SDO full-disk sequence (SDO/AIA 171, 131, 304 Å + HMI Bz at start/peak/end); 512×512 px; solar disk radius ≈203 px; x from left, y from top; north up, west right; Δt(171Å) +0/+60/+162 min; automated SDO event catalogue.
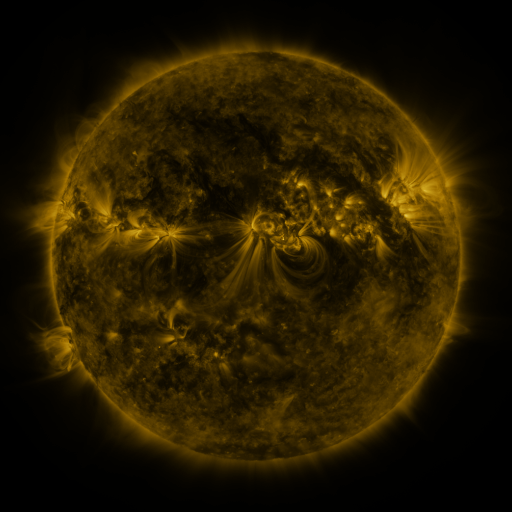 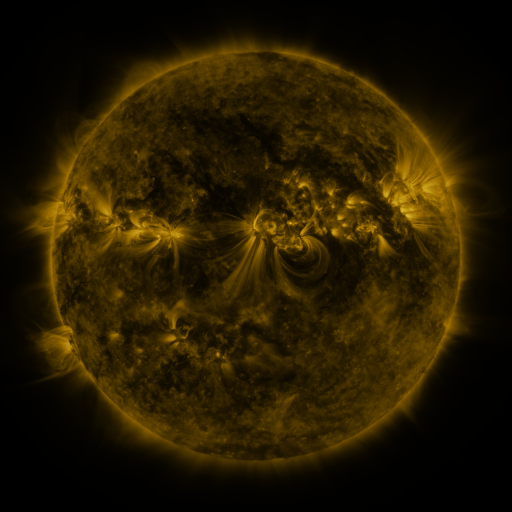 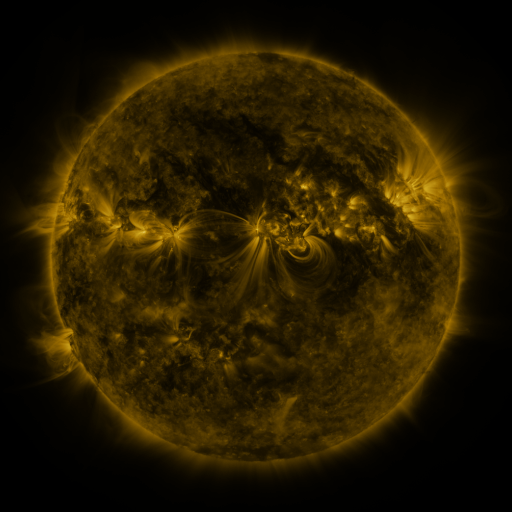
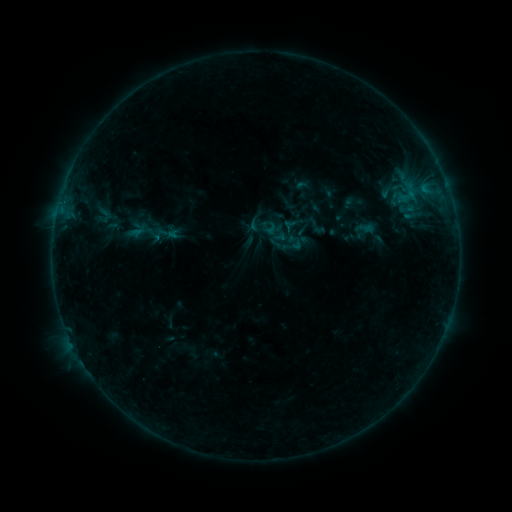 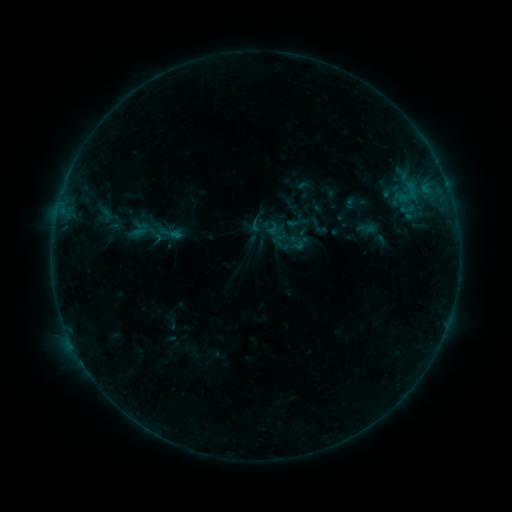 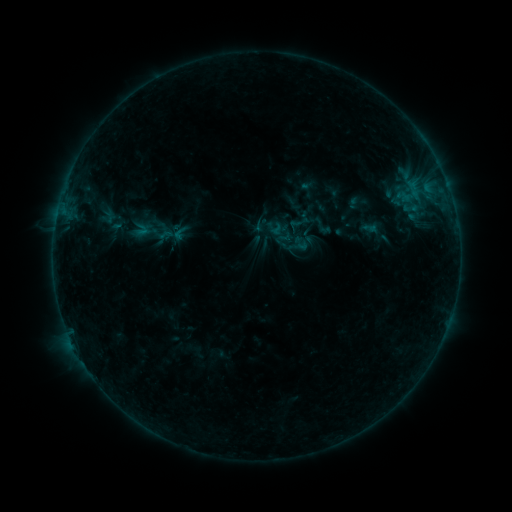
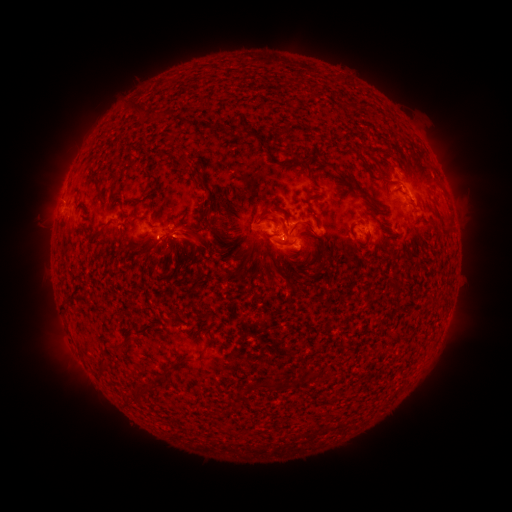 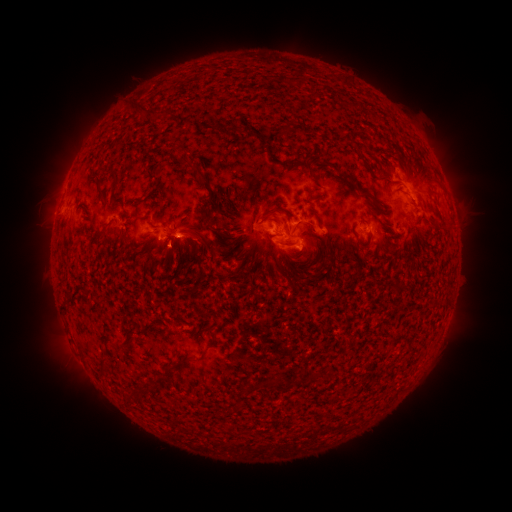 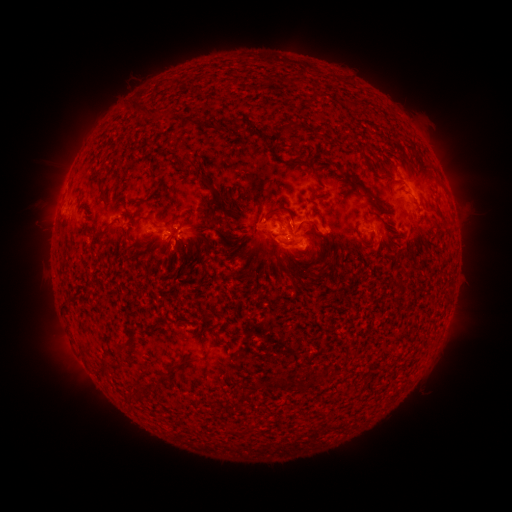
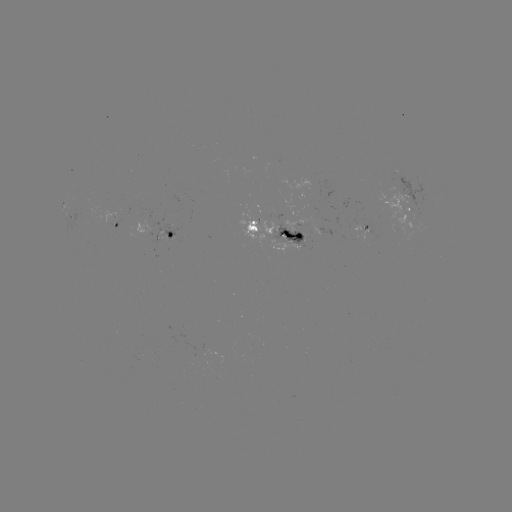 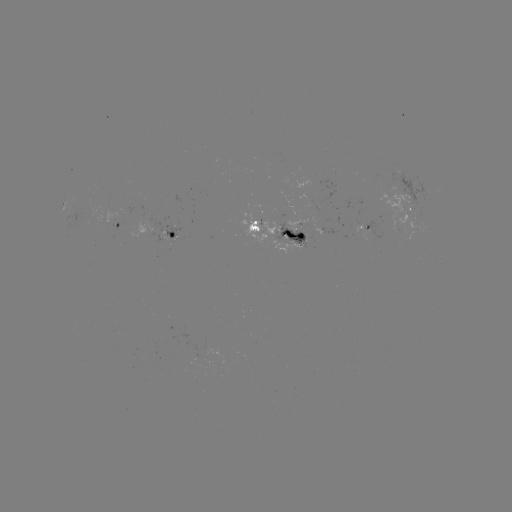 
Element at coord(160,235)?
emerging-flux region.